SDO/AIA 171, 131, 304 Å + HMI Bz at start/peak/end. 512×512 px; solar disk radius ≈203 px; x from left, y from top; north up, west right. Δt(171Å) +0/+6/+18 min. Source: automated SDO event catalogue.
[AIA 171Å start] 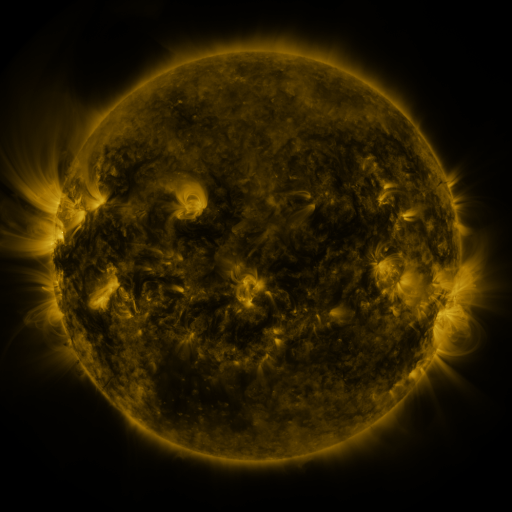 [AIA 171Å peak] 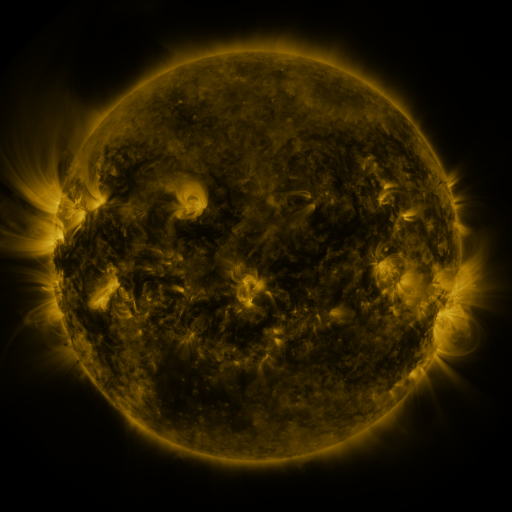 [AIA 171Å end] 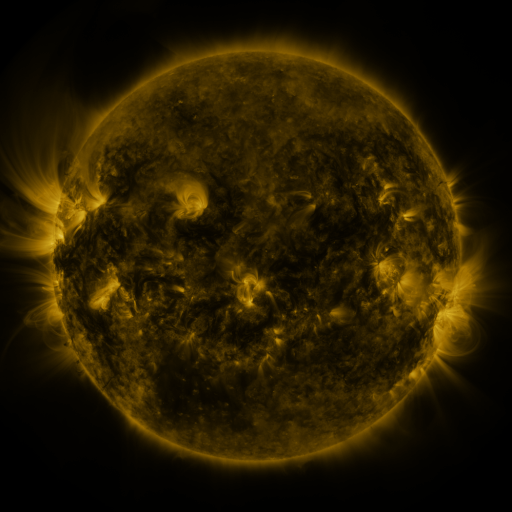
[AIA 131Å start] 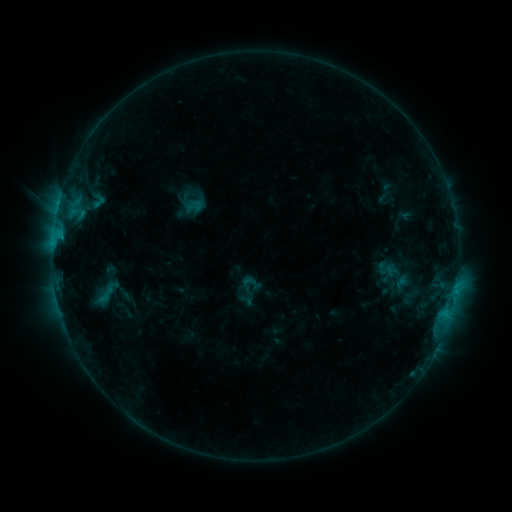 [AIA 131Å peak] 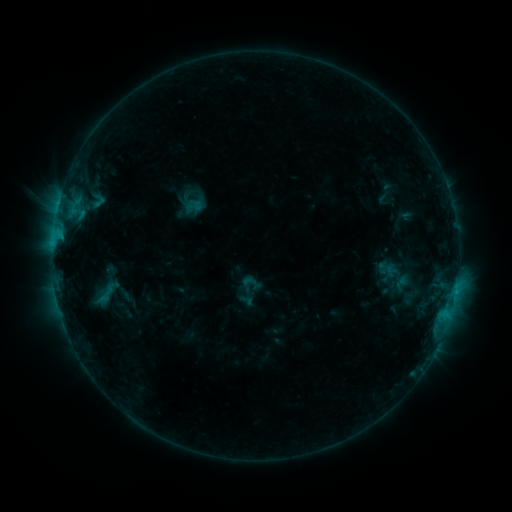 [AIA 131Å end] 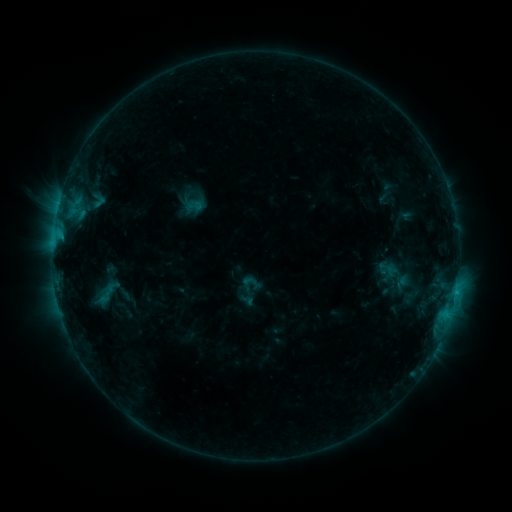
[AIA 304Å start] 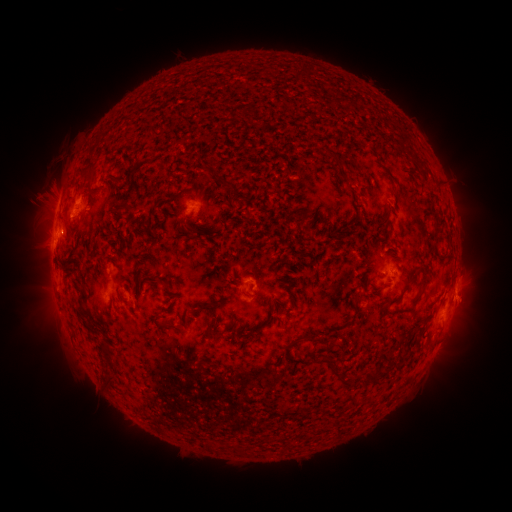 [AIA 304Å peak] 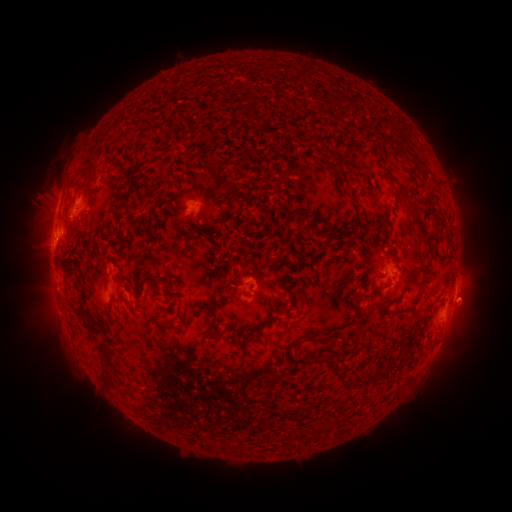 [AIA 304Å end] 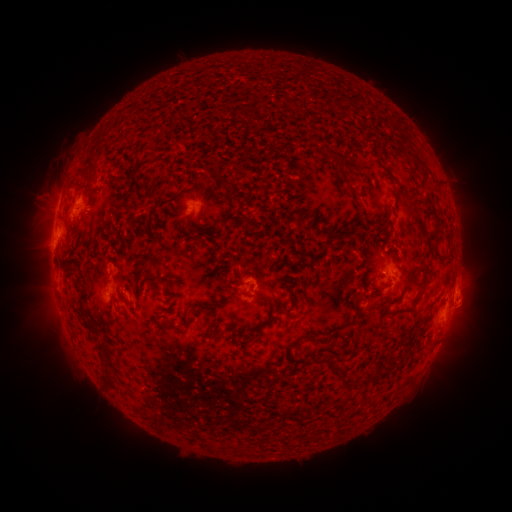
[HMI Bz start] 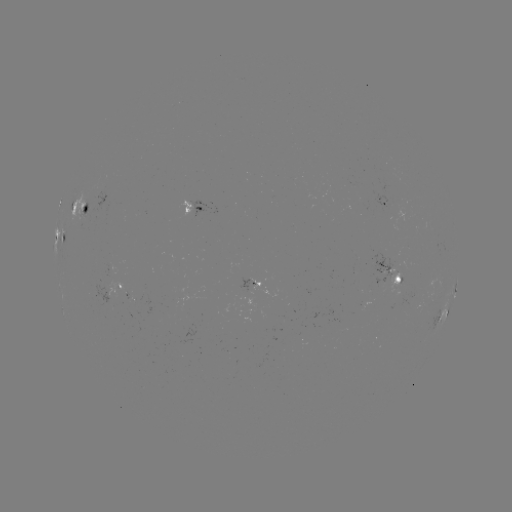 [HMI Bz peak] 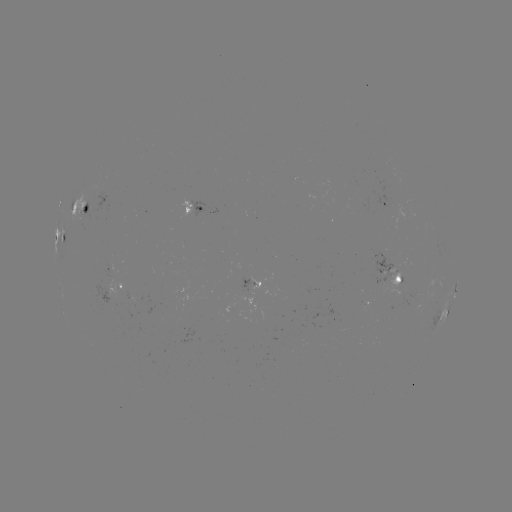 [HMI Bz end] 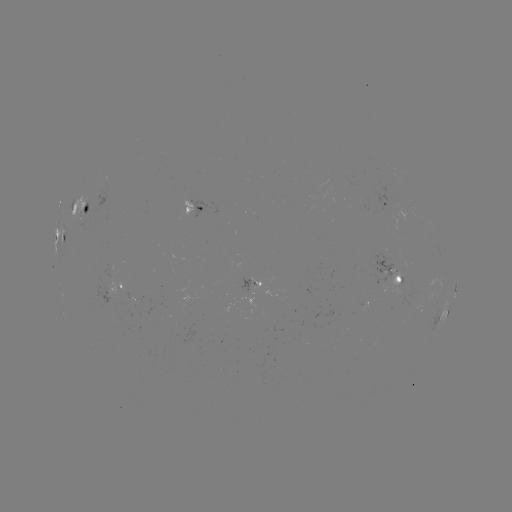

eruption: (445, 279, 493, 331)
